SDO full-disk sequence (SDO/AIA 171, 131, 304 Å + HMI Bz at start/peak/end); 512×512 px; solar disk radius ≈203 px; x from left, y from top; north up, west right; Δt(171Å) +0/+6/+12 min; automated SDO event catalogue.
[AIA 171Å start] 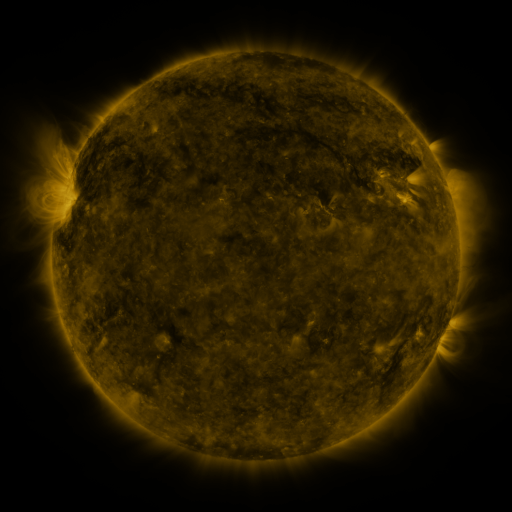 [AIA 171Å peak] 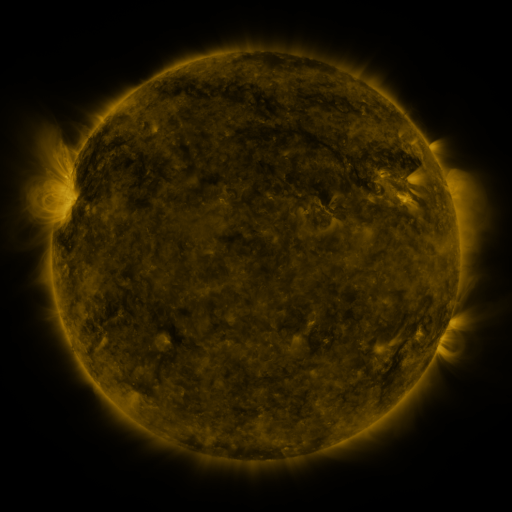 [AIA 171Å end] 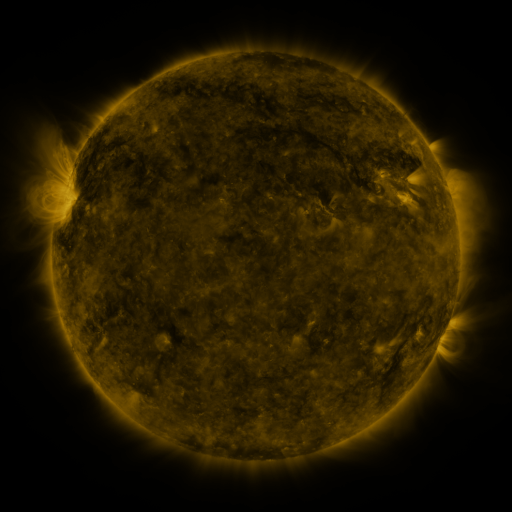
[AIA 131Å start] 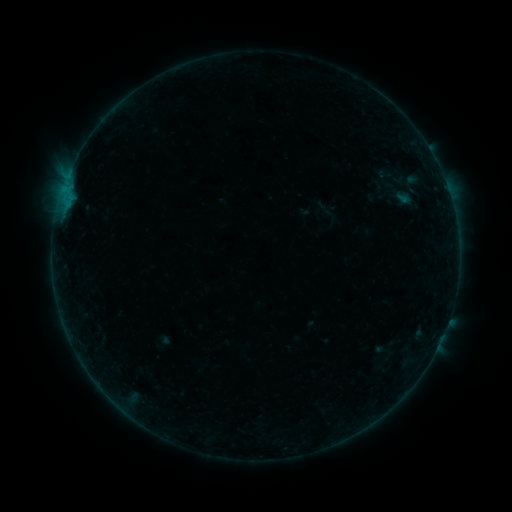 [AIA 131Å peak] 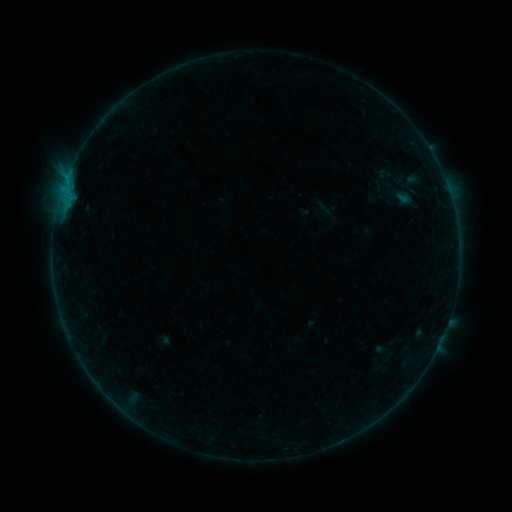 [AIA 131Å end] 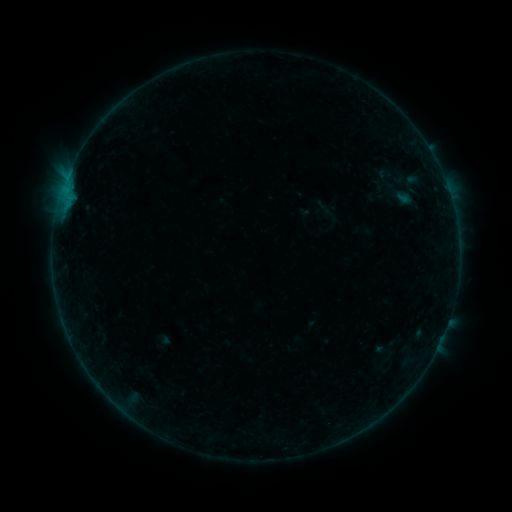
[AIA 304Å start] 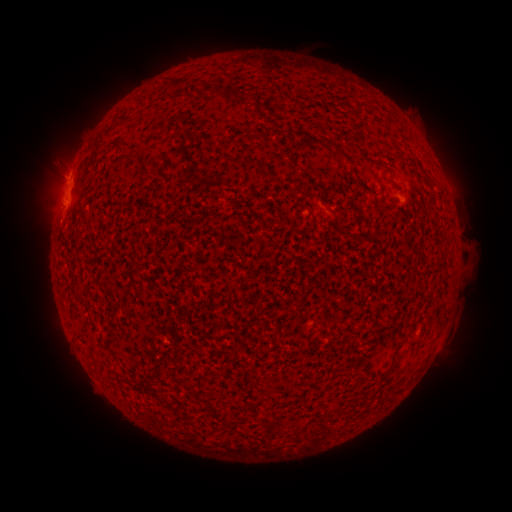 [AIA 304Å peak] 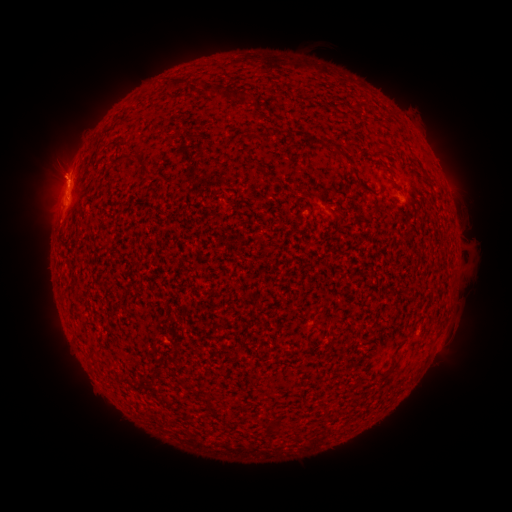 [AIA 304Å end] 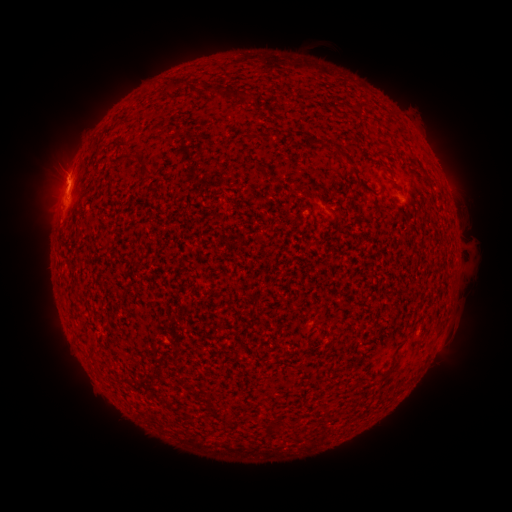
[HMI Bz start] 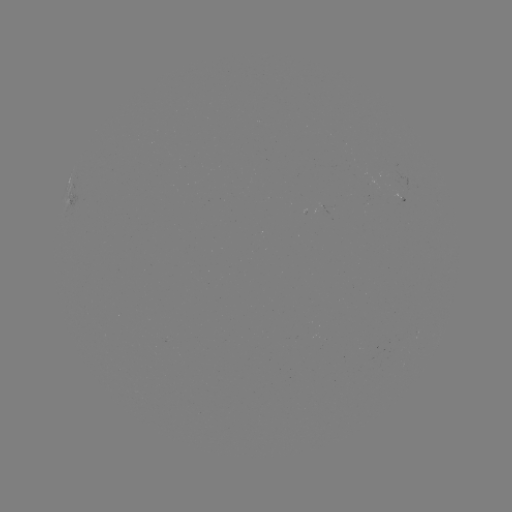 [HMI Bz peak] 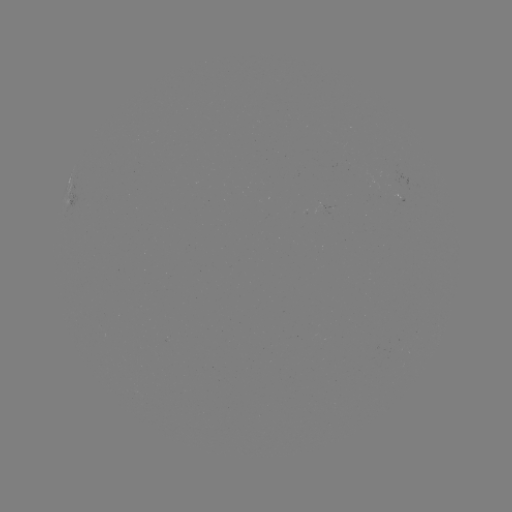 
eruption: [21, 90, 92, 207]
